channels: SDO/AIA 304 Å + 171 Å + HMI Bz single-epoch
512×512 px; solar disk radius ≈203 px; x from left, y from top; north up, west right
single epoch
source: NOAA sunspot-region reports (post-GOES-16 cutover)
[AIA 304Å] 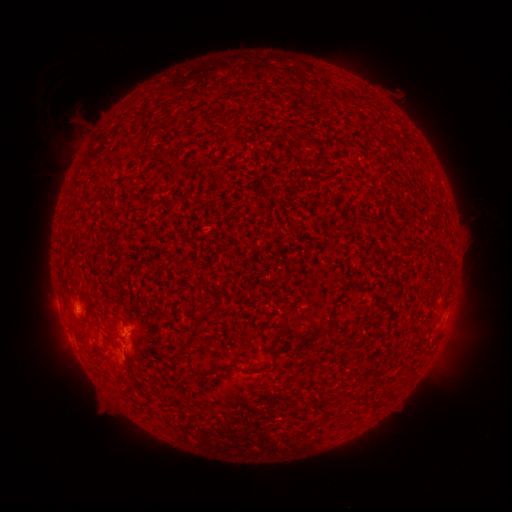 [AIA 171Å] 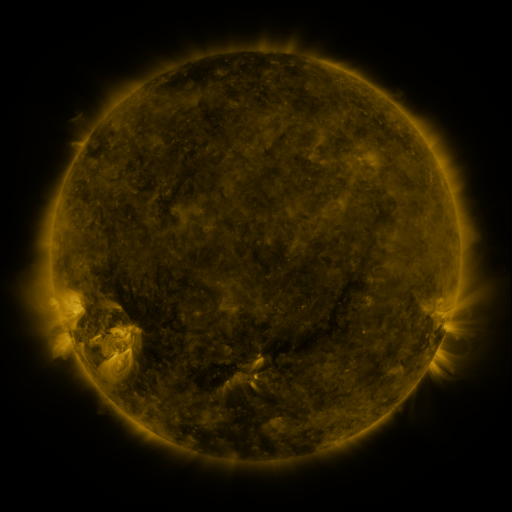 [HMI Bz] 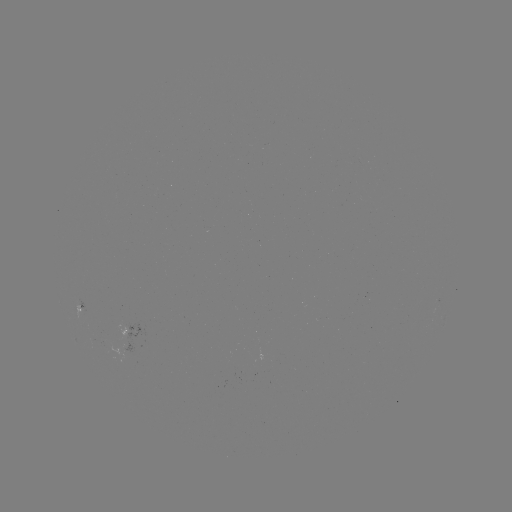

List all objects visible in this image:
spotted active region: (86, 310)
spotted active region: (137, 329)
